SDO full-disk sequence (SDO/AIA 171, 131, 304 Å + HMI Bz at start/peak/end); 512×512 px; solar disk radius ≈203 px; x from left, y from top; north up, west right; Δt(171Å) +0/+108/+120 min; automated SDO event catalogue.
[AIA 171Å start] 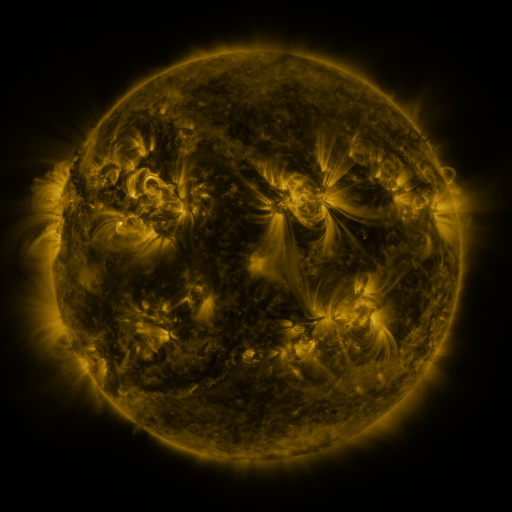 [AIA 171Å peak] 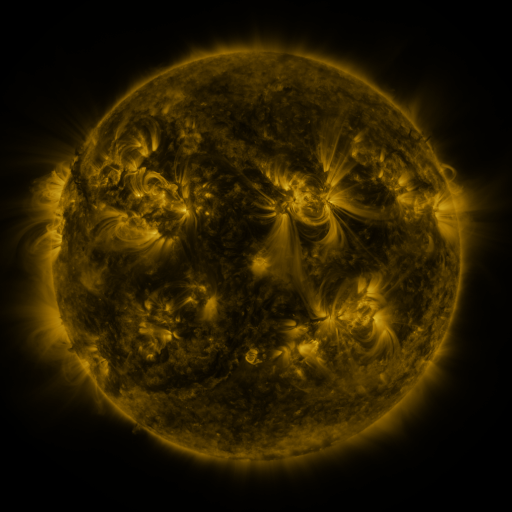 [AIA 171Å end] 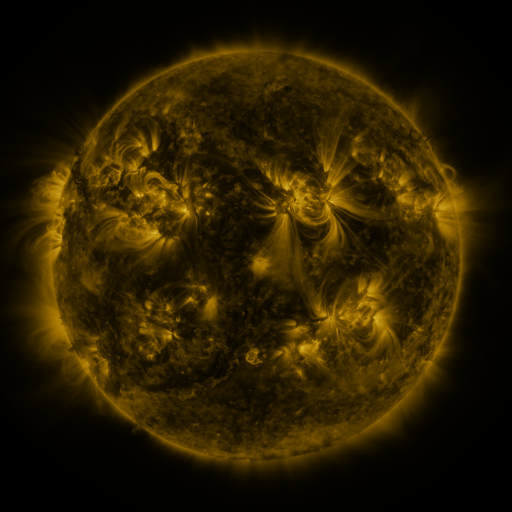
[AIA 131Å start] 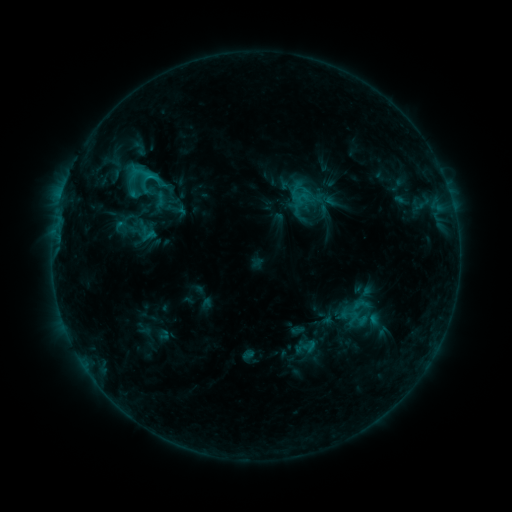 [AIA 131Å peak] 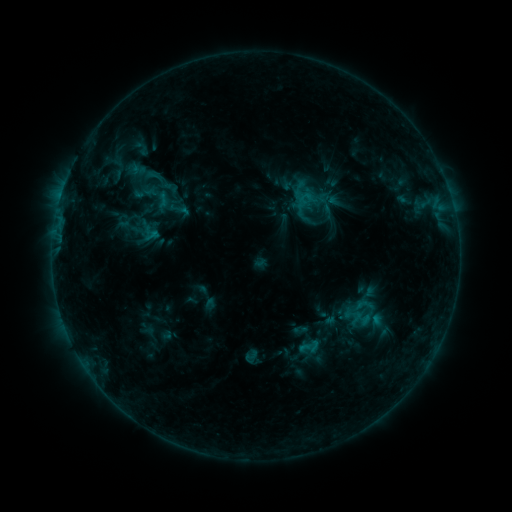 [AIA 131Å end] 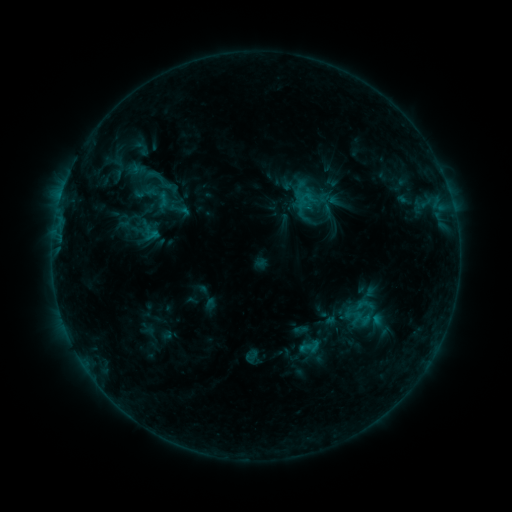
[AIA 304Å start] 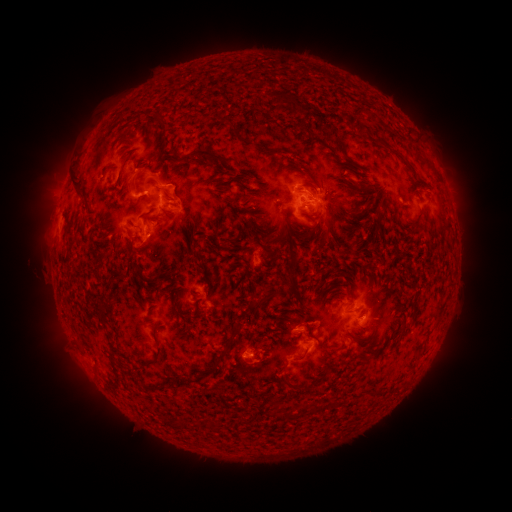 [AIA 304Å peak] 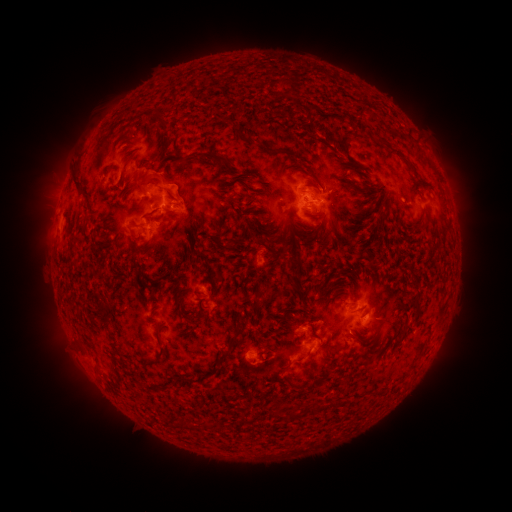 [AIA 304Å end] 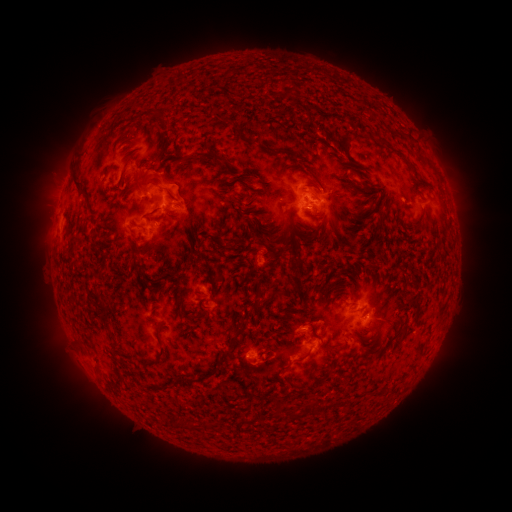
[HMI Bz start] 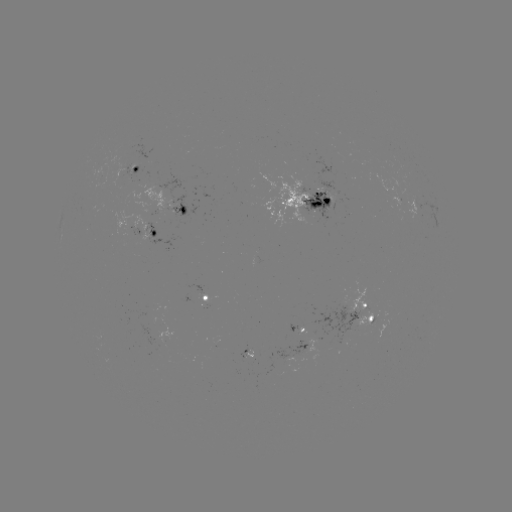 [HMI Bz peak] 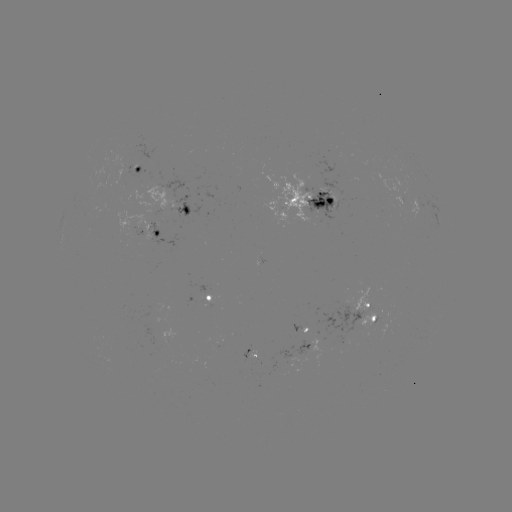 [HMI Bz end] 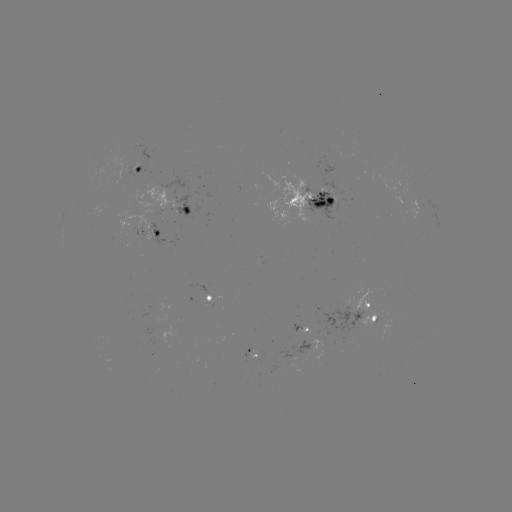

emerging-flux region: [291, 323, 302, 332]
